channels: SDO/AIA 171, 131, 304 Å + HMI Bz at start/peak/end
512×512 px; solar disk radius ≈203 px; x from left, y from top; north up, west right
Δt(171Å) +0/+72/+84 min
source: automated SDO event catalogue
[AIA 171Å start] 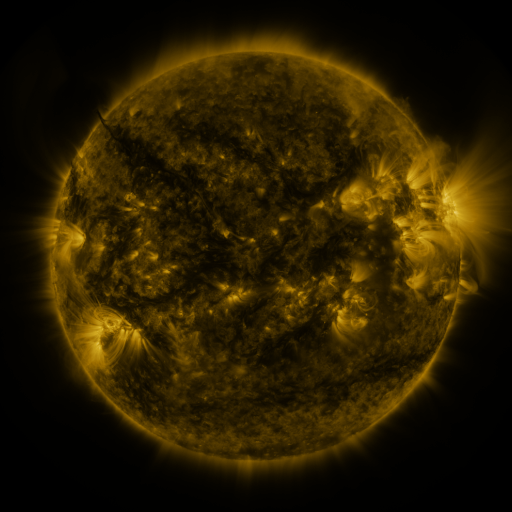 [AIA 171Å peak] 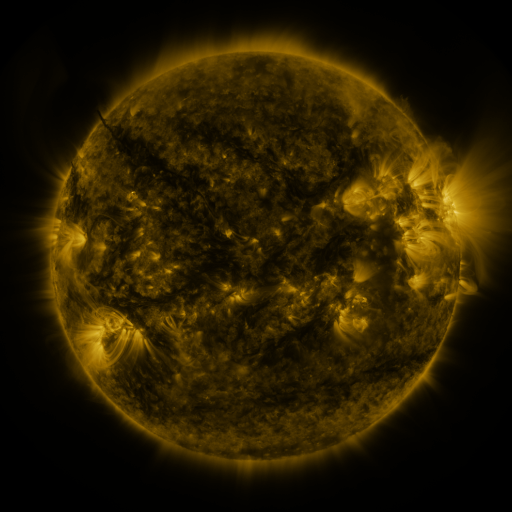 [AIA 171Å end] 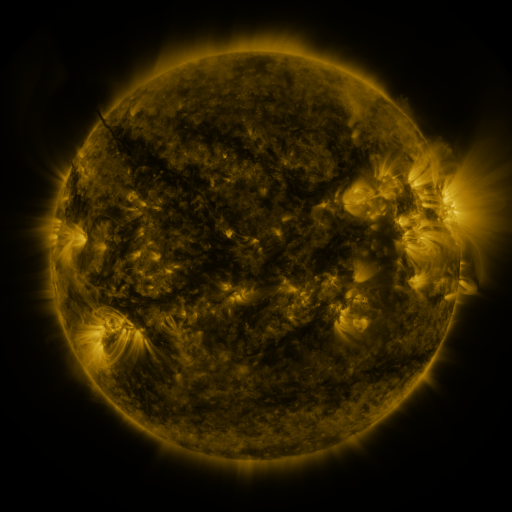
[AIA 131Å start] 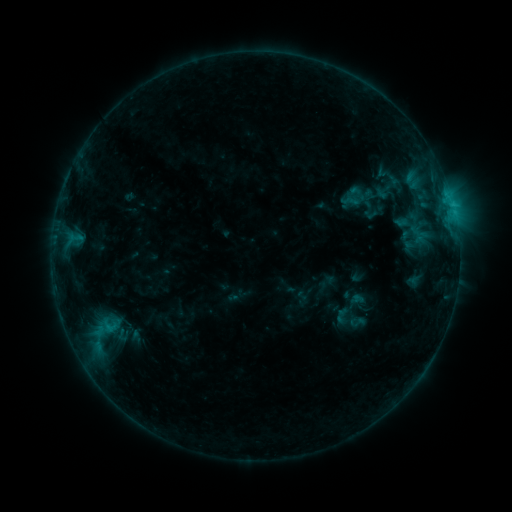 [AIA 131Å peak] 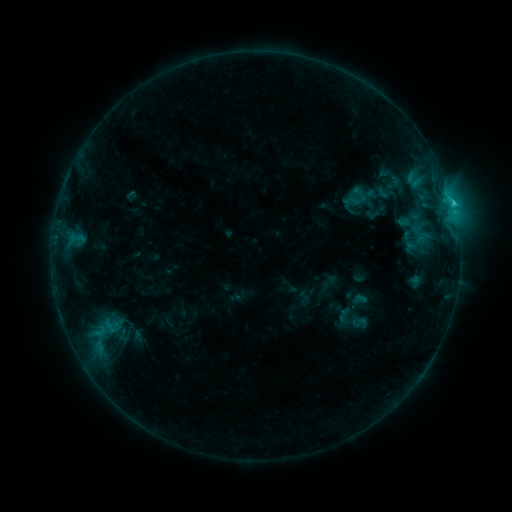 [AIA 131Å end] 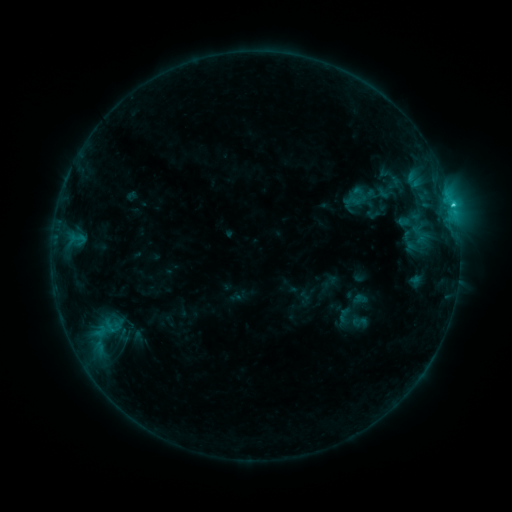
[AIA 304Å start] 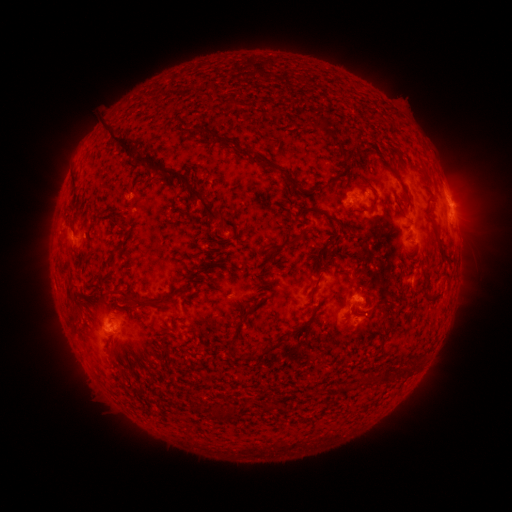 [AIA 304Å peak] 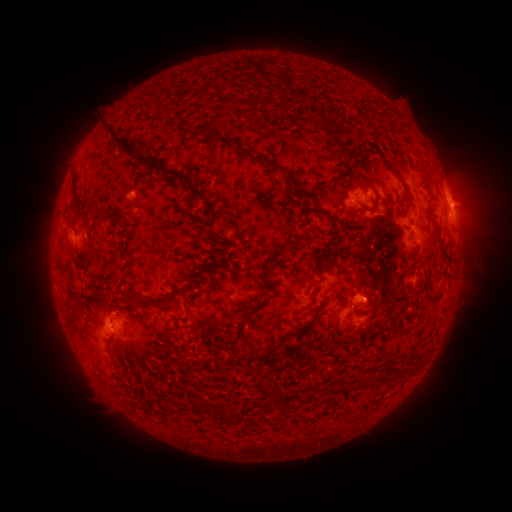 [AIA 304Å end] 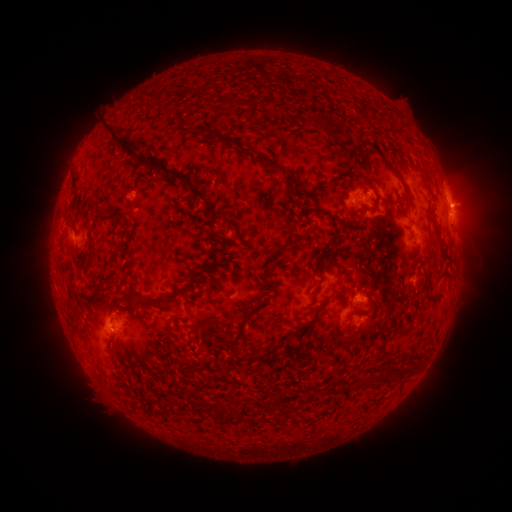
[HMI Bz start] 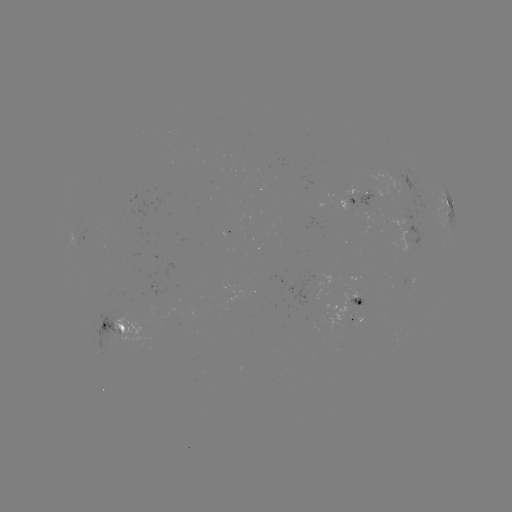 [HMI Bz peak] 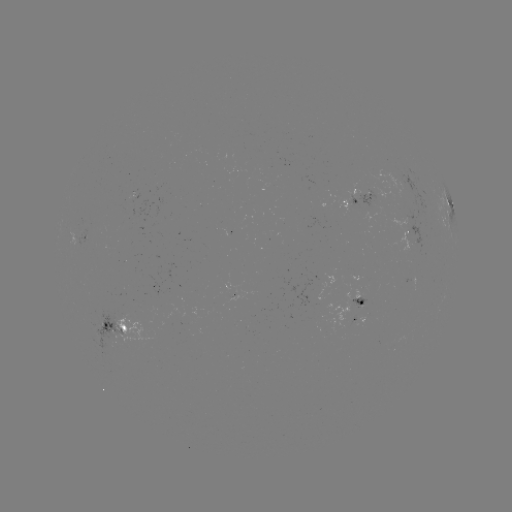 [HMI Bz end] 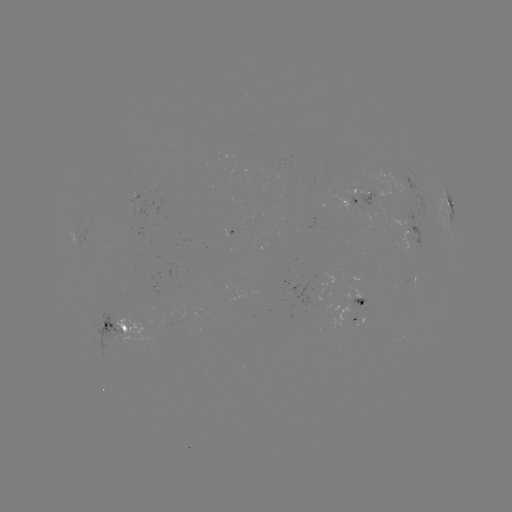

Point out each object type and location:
emerging-flux region: (104, 325)
